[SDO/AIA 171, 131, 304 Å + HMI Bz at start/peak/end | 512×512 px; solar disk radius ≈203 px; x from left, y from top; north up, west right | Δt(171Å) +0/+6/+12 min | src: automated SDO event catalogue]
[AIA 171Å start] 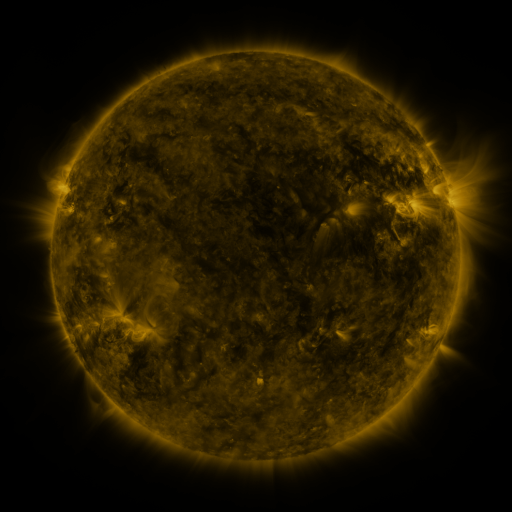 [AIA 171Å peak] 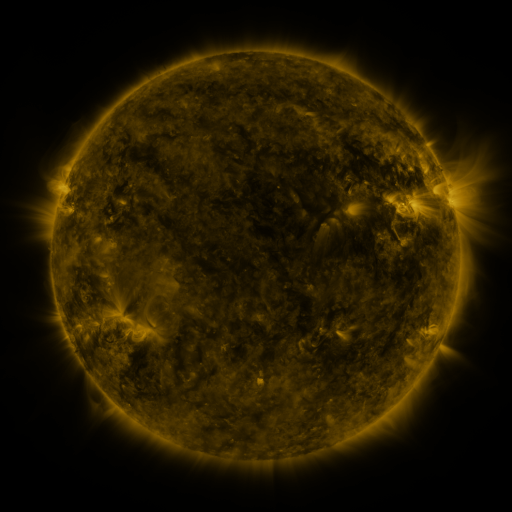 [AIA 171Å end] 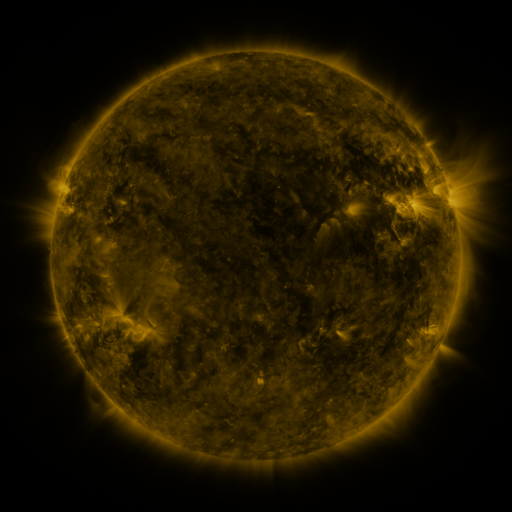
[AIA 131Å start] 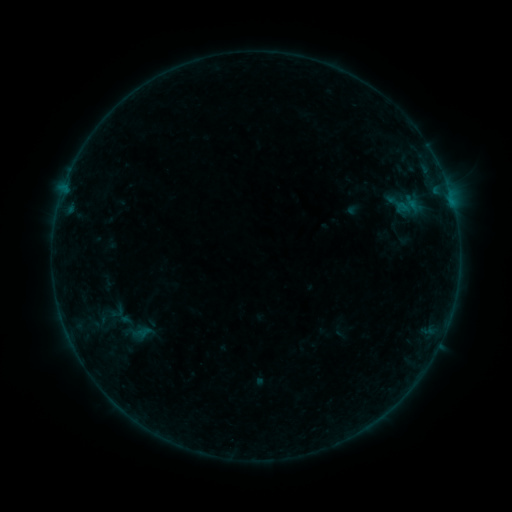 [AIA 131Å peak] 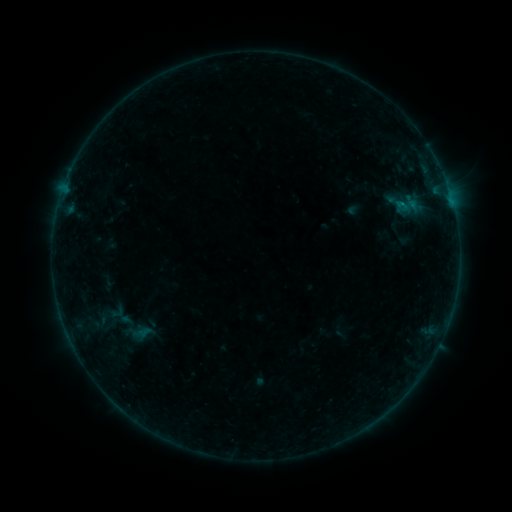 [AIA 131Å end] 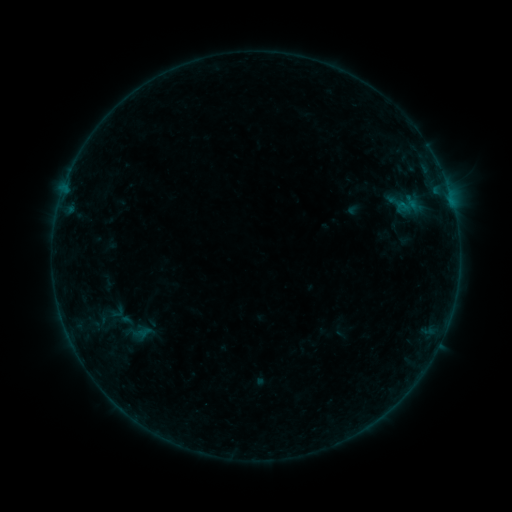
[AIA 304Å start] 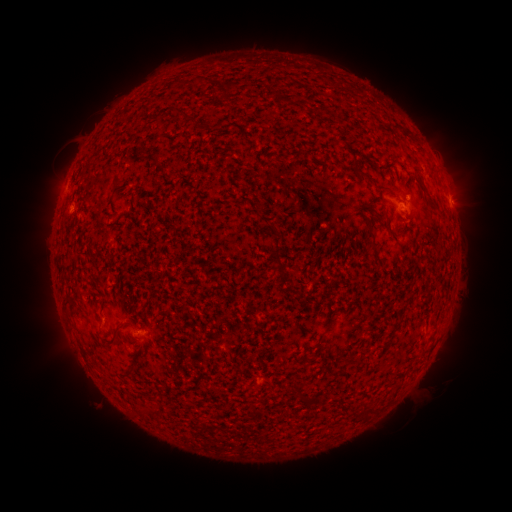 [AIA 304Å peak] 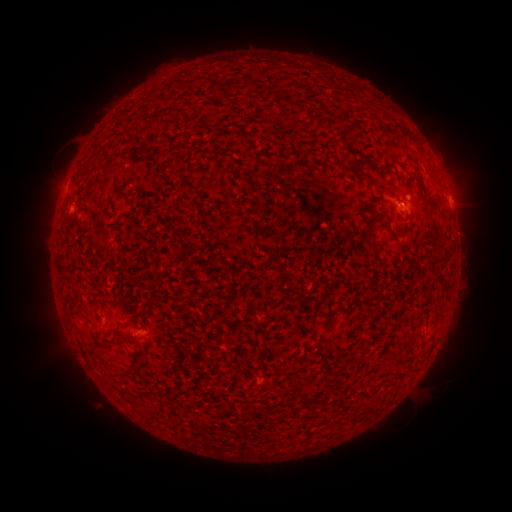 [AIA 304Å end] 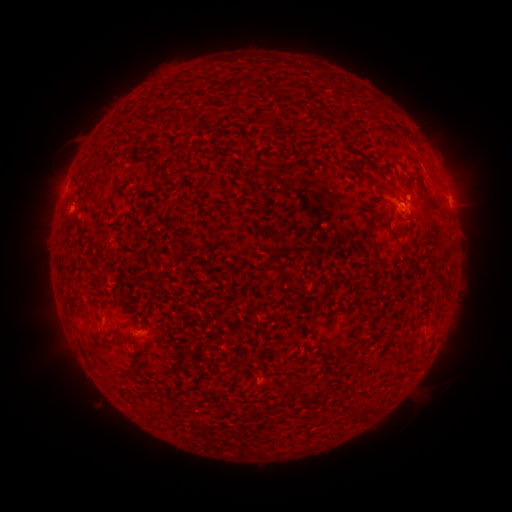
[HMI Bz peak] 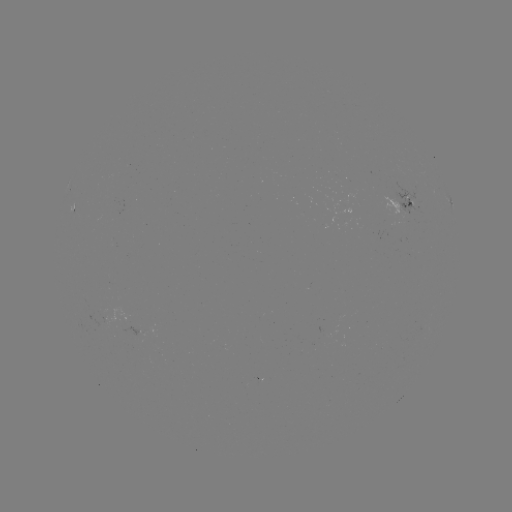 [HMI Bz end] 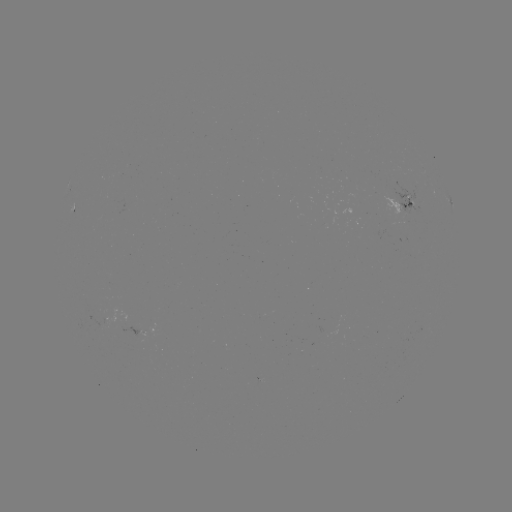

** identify B2.2 flare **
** [400, 204] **